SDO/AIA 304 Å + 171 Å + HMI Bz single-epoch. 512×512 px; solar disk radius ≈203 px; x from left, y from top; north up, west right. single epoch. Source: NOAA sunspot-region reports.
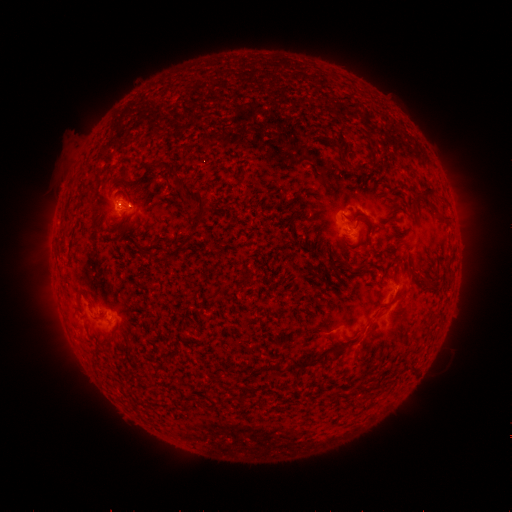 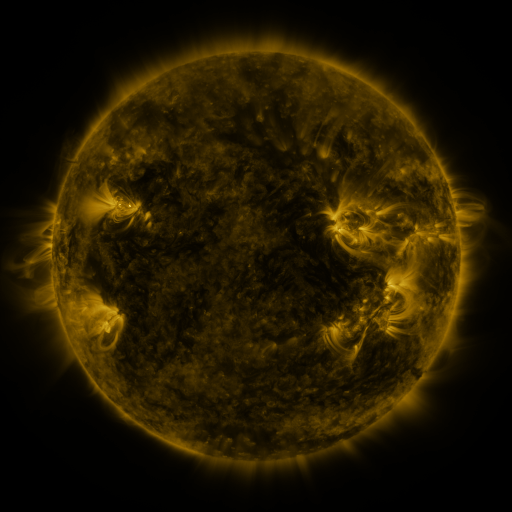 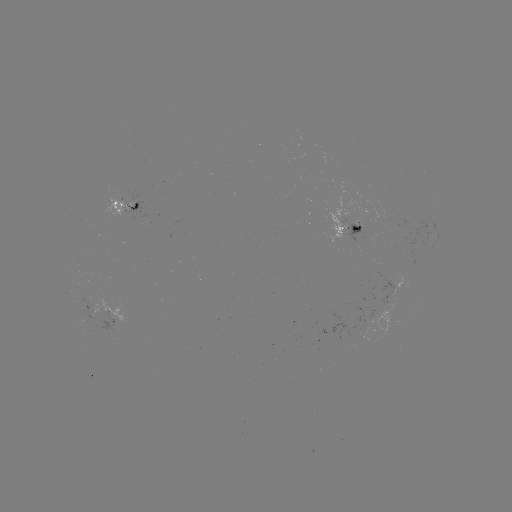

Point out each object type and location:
spotted active region: (129, 205)
spotted active region: (351, 231)
spotted active region: (404, 285)
spotted active region: (93, 308)
